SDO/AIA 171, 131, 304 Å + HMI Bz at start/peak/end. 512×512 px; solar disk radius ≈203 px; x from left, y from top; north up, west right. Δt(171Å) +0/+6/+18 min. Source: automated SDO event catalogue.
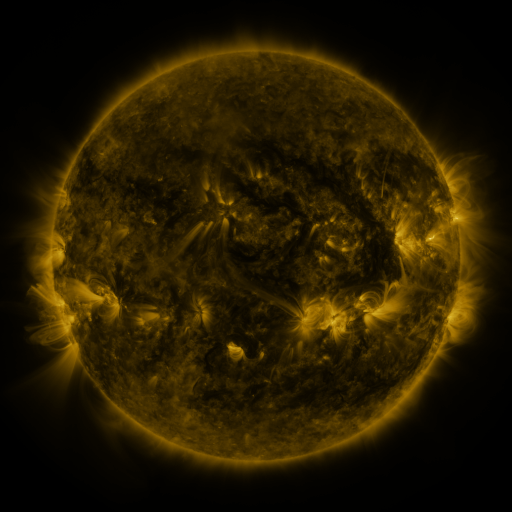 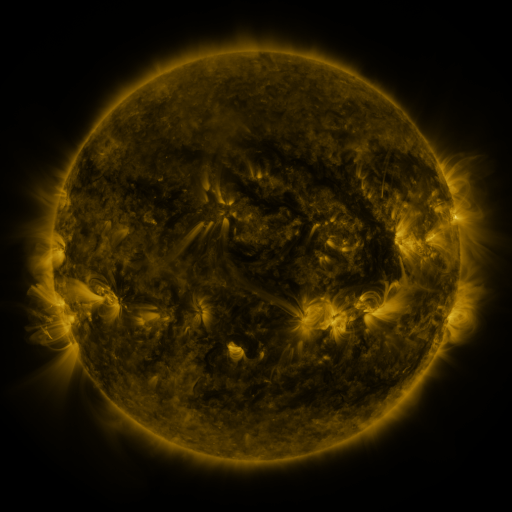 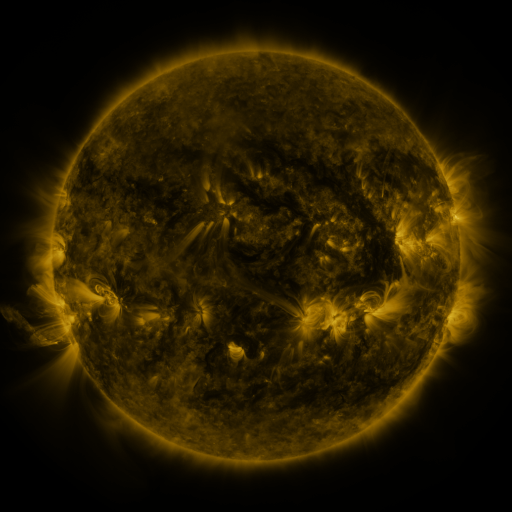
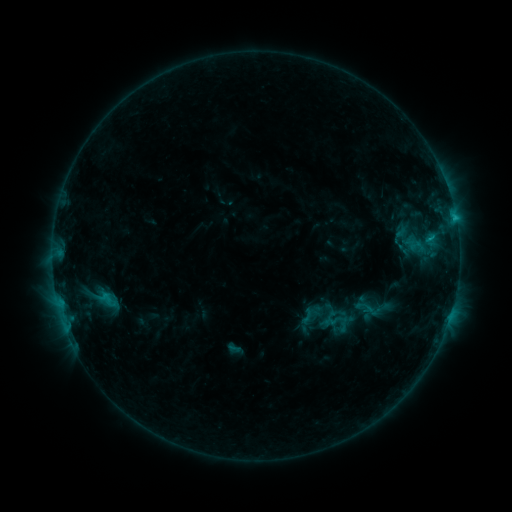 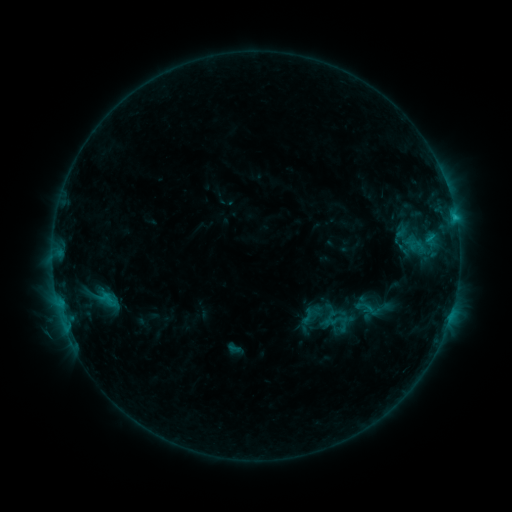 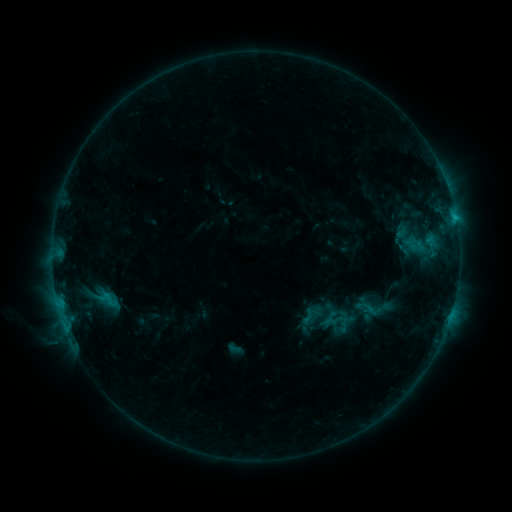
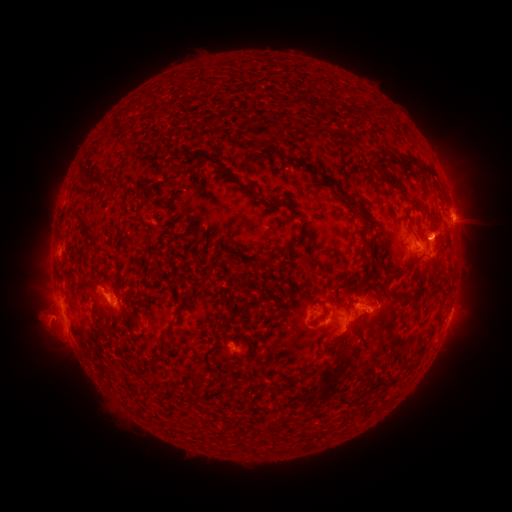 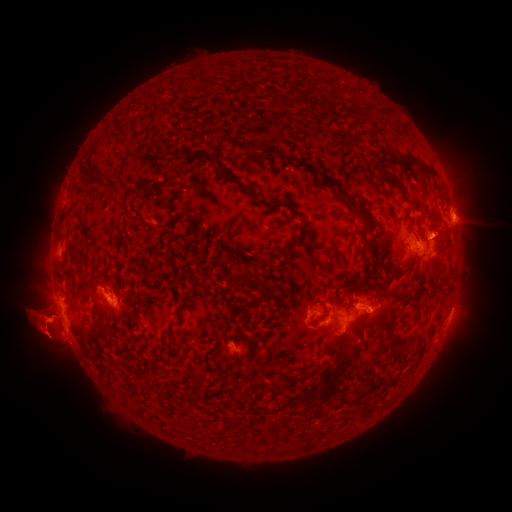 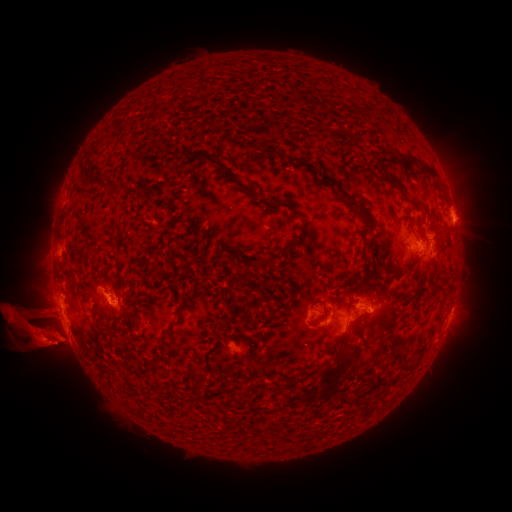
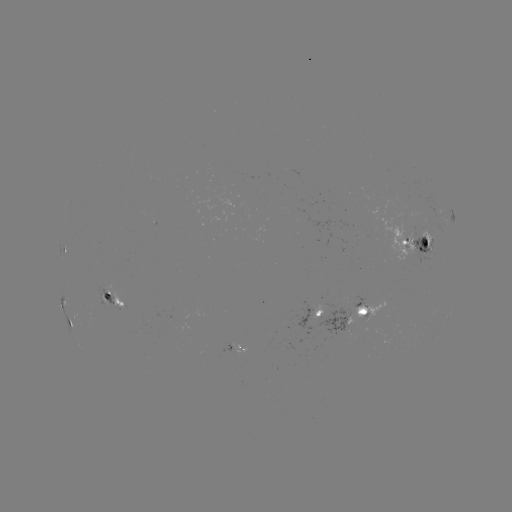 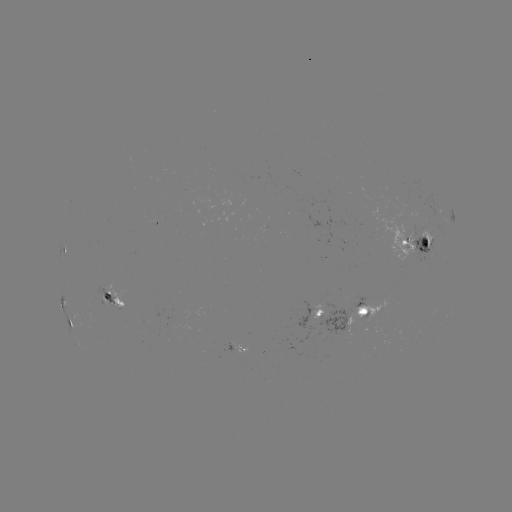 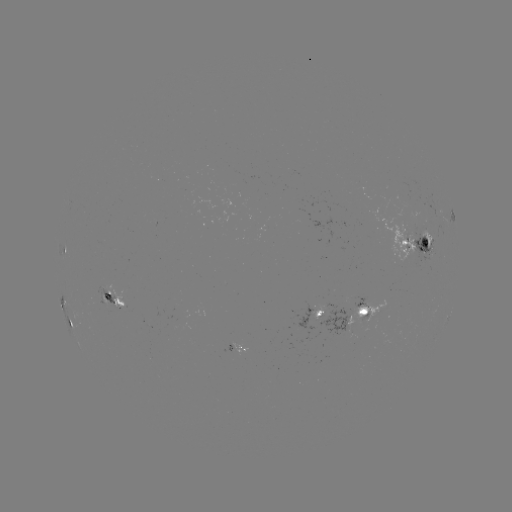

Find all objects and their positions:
eruption: (475, 325)
